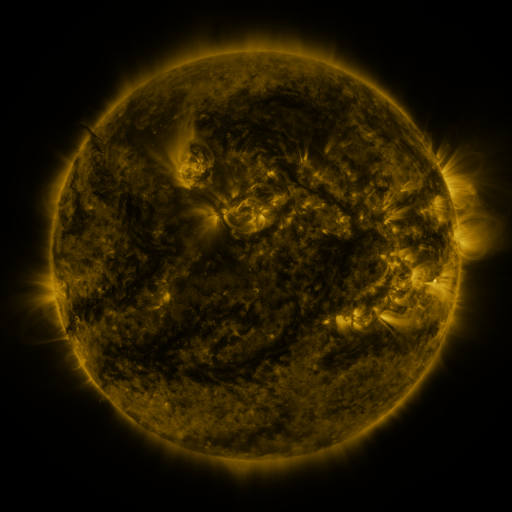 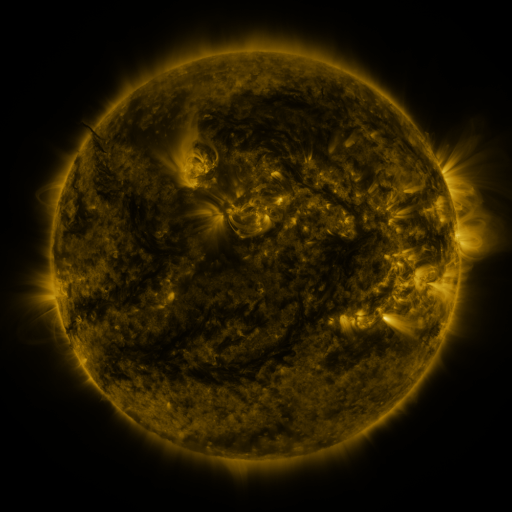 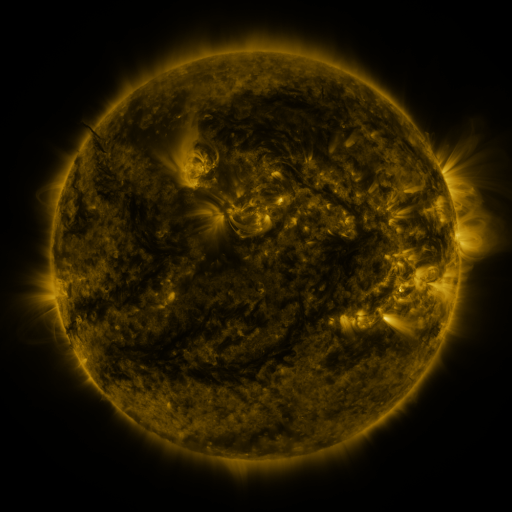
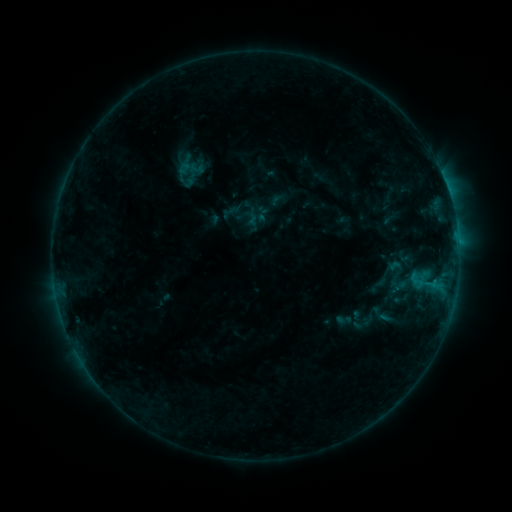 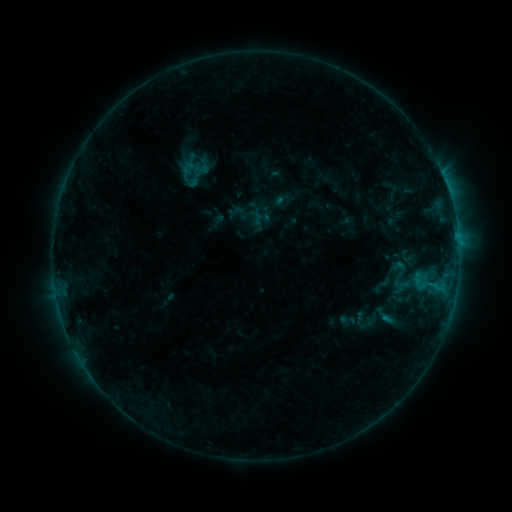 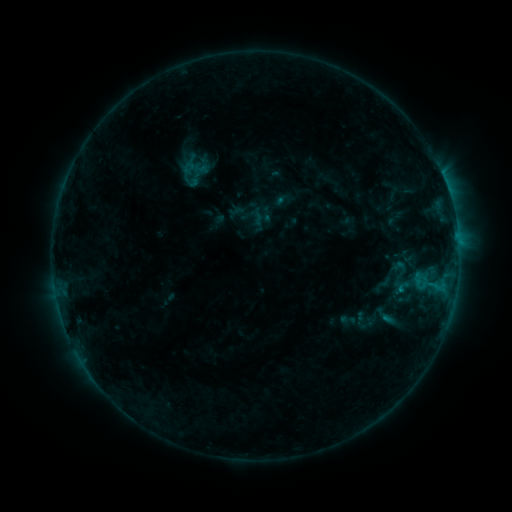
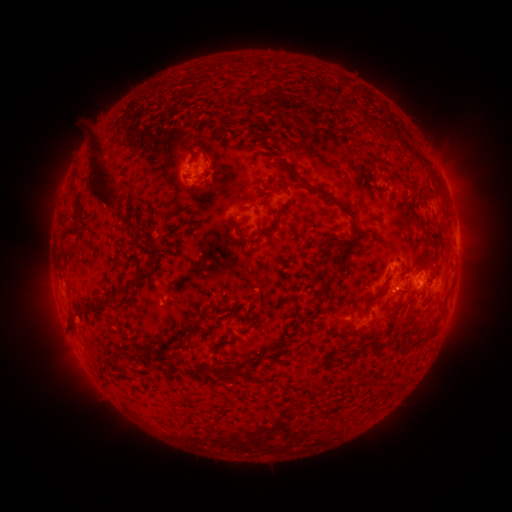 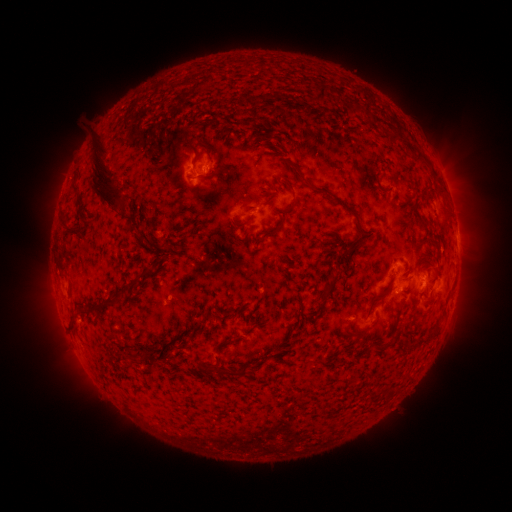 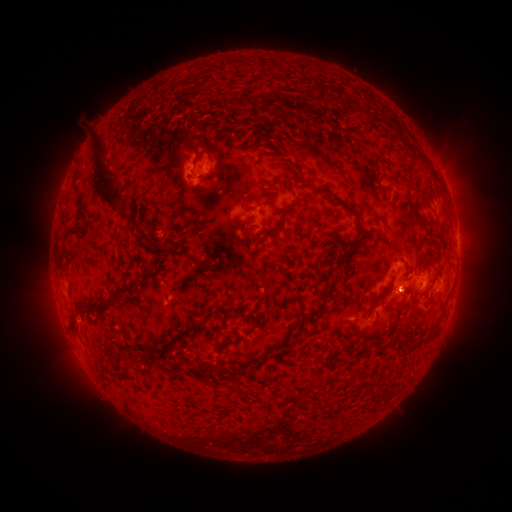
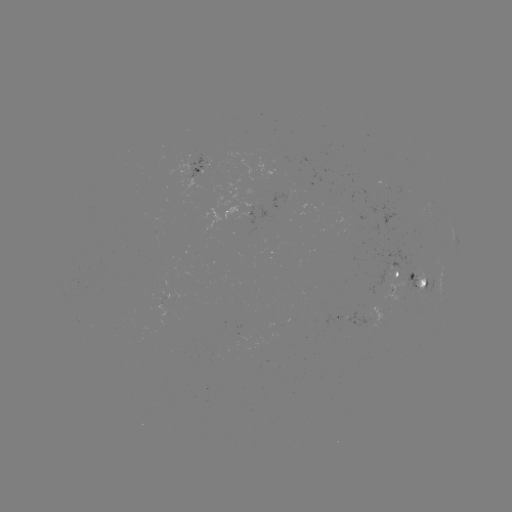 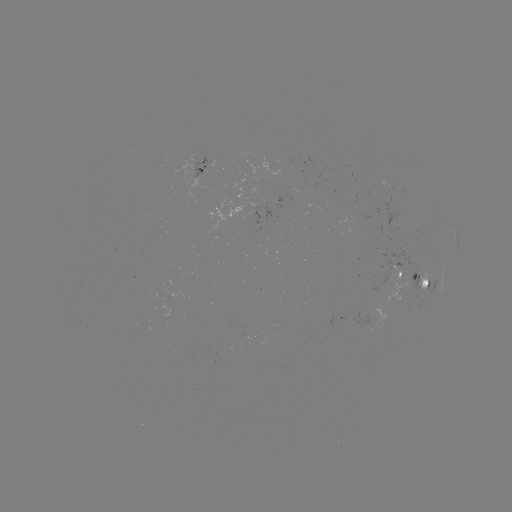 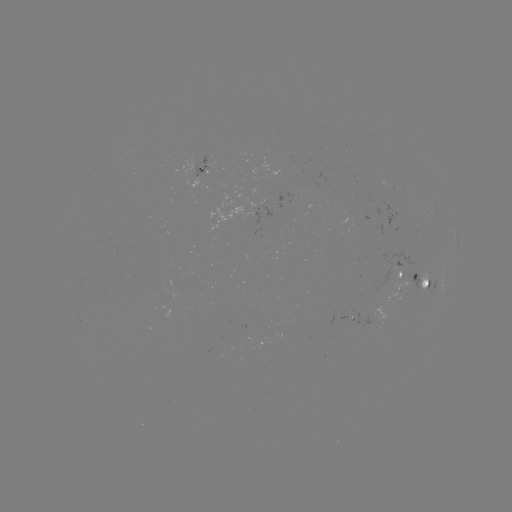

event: emerging-flux region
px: (427, 278)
